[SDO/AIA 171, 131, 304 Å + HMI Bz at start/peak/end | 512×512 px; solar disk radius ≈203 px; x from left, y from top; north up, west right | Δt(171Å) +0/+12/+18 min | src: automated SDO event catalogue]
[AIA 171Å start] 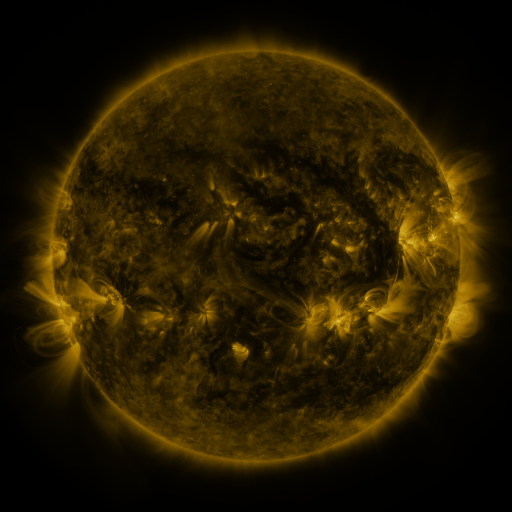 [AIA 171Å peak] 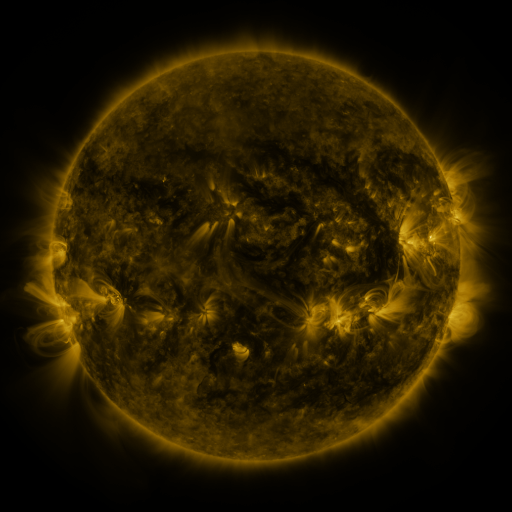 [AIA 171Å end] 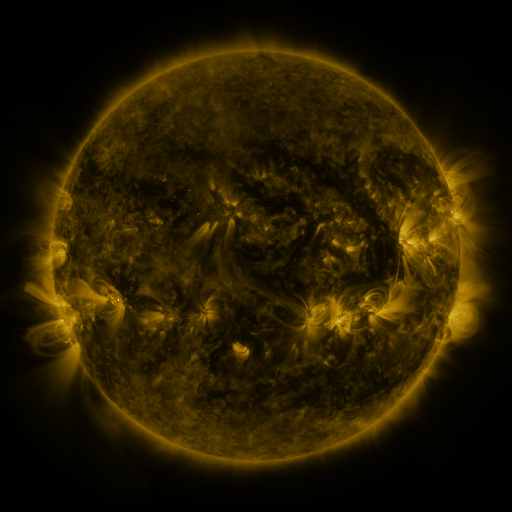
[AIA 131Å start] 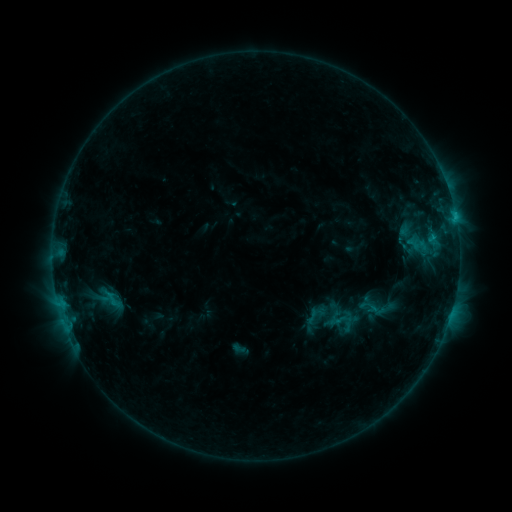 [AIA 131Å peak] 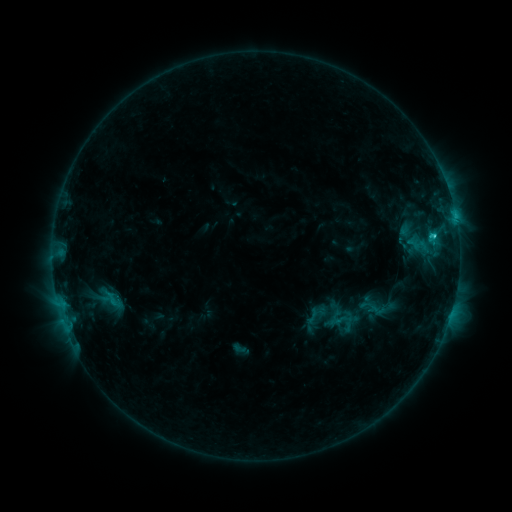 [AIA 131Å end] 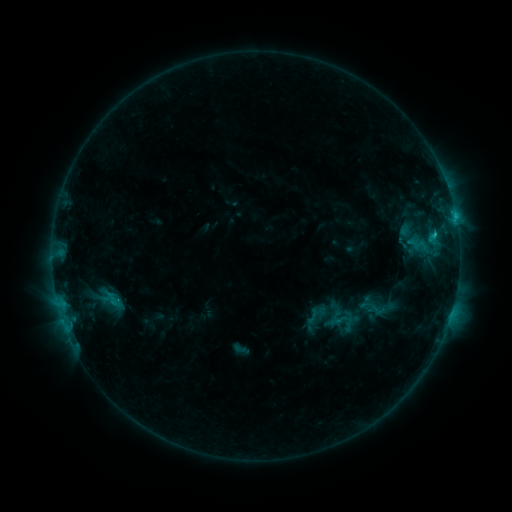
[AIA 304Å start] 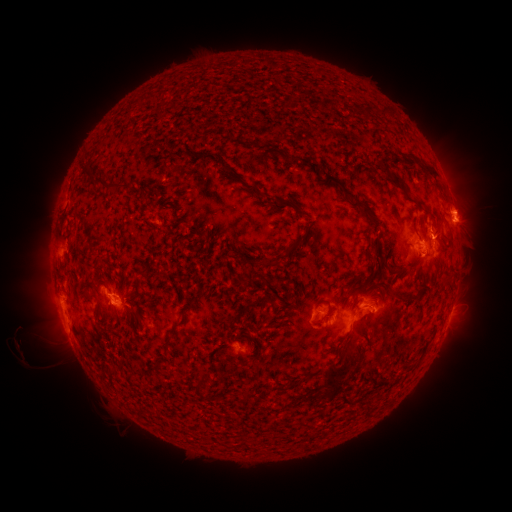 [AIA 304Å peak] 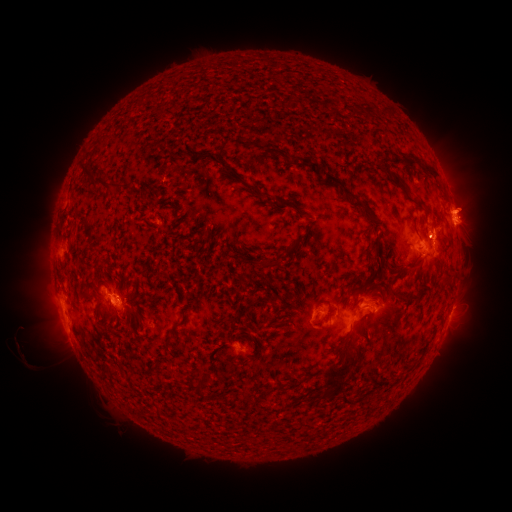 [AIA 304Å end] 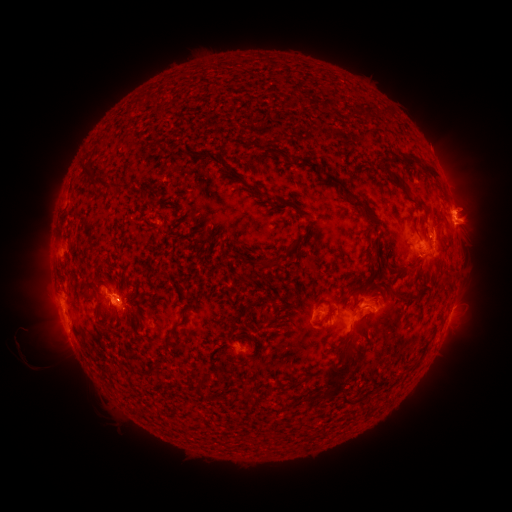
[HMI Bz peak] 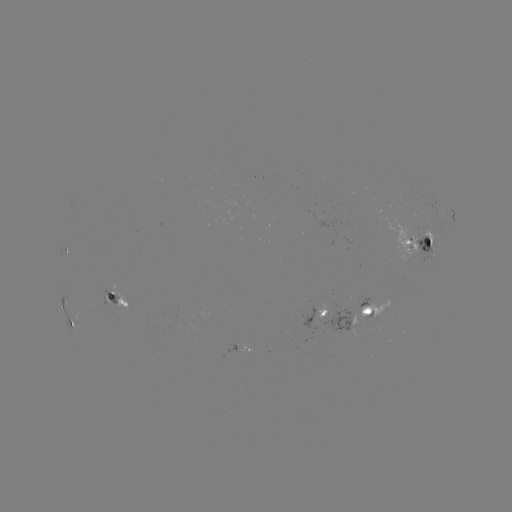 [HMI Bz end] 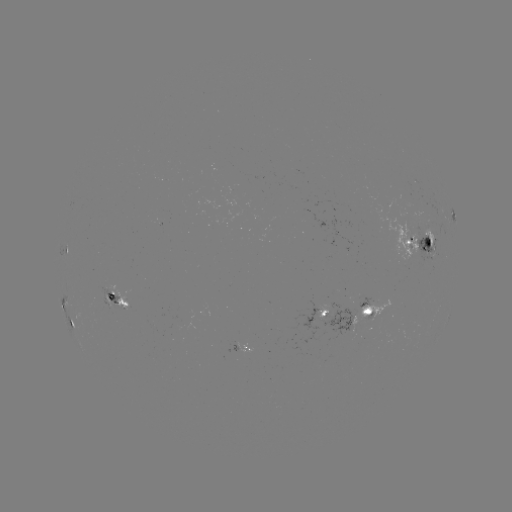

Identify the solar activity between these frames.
eruption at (470, 211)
